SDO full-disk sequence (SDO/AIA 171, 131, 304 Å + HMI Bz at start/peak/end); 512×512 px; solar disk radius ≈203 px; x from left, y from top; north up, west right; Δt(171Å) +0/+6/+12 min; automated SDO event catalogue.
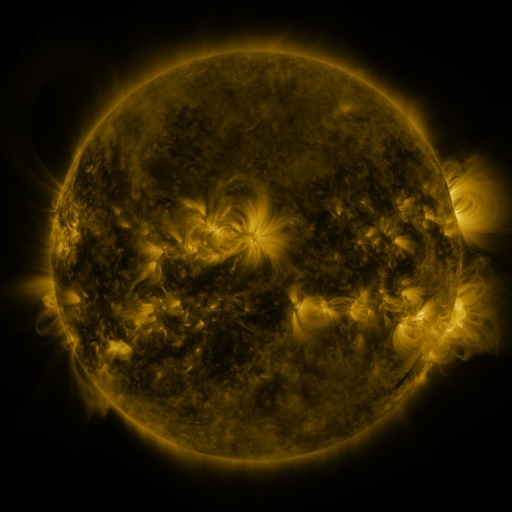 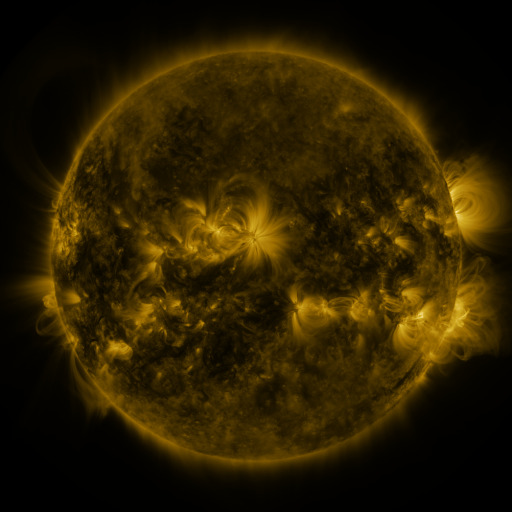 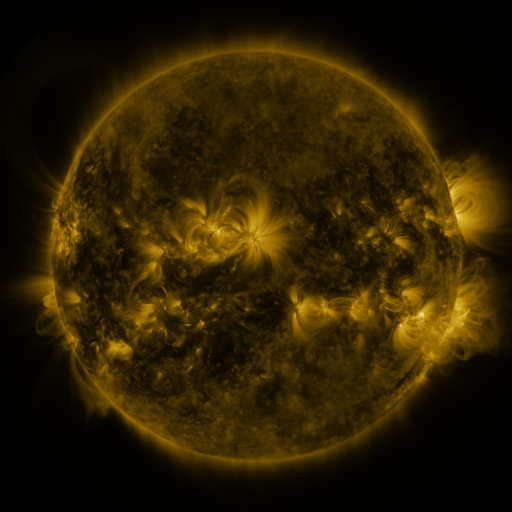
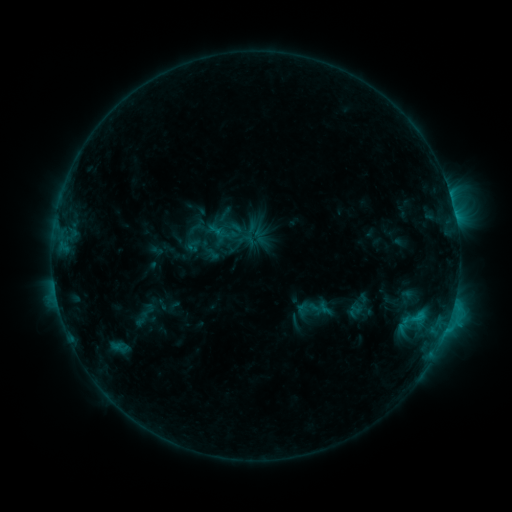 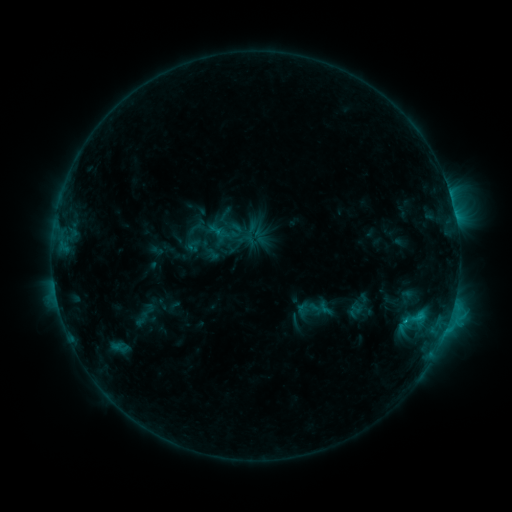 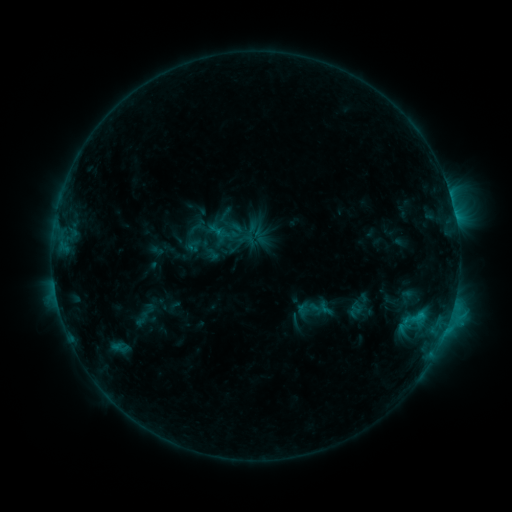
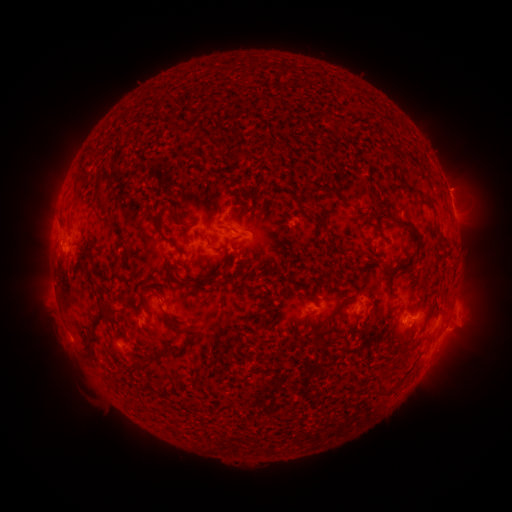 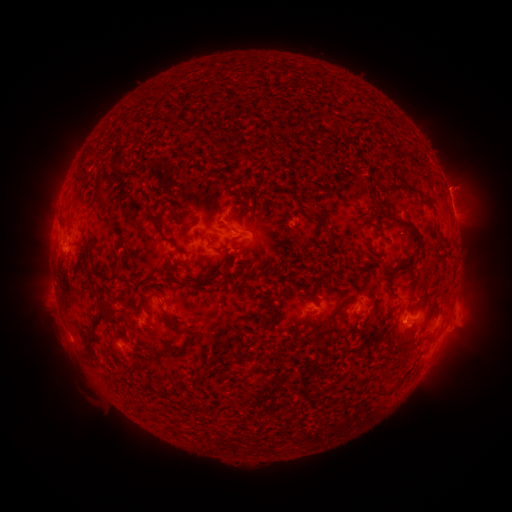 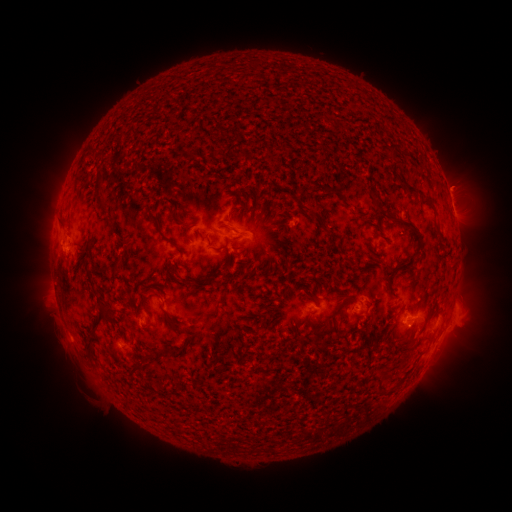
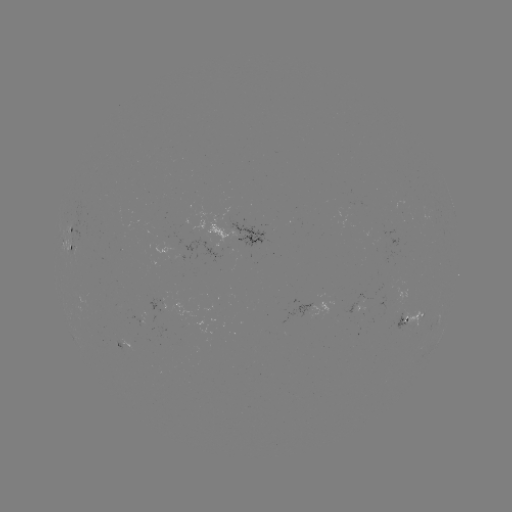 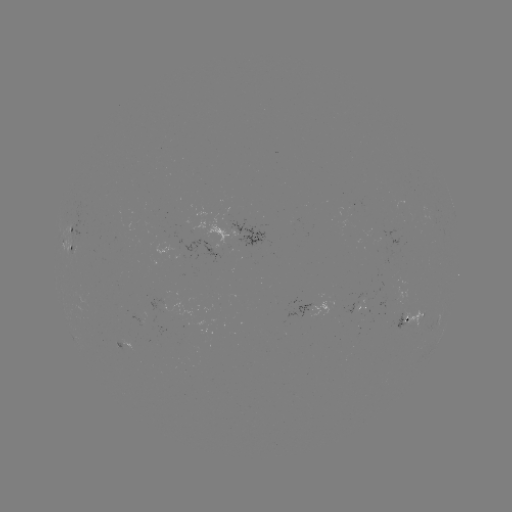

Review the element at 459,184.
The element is eruption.